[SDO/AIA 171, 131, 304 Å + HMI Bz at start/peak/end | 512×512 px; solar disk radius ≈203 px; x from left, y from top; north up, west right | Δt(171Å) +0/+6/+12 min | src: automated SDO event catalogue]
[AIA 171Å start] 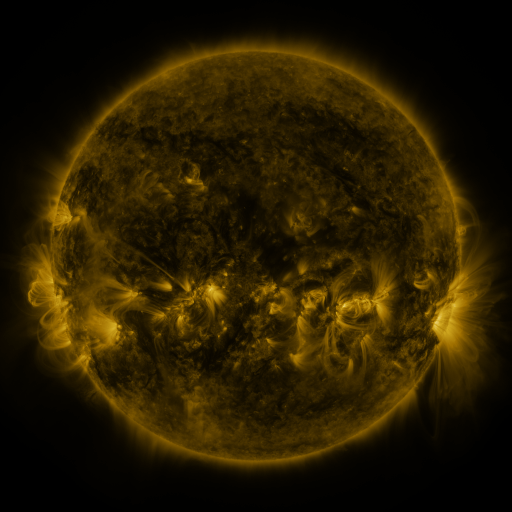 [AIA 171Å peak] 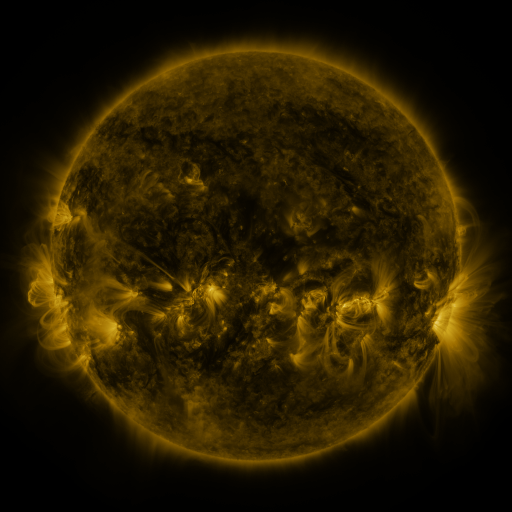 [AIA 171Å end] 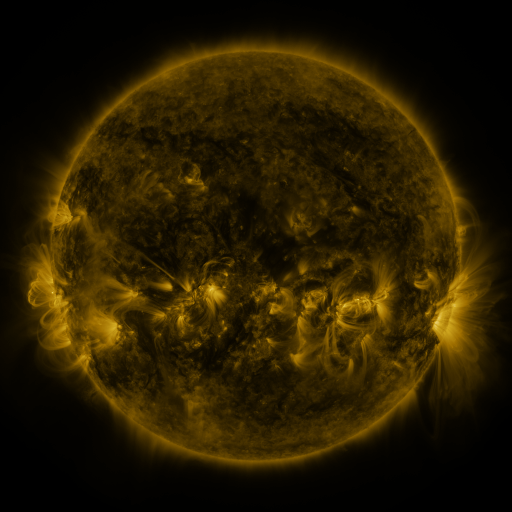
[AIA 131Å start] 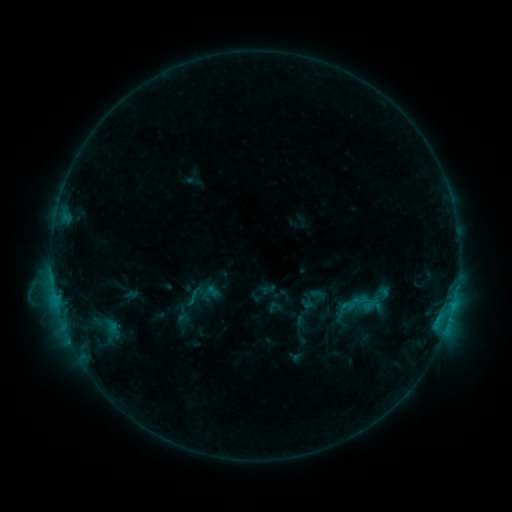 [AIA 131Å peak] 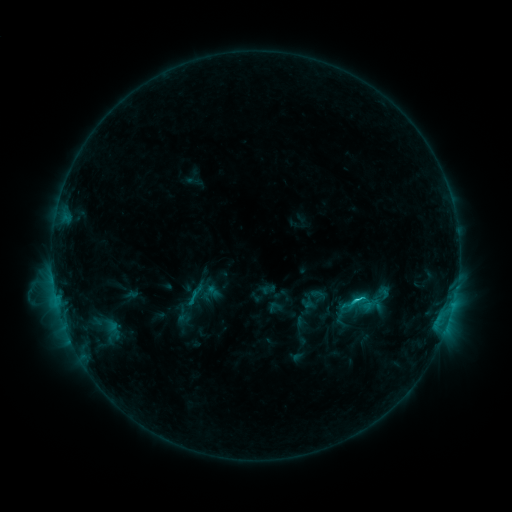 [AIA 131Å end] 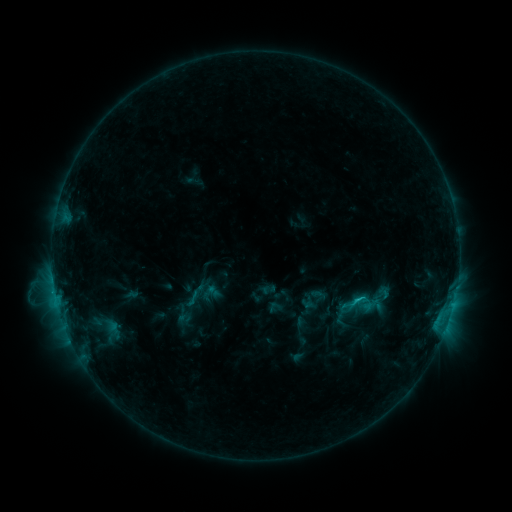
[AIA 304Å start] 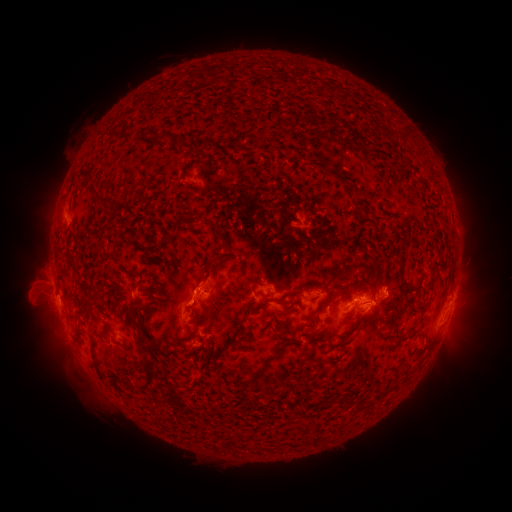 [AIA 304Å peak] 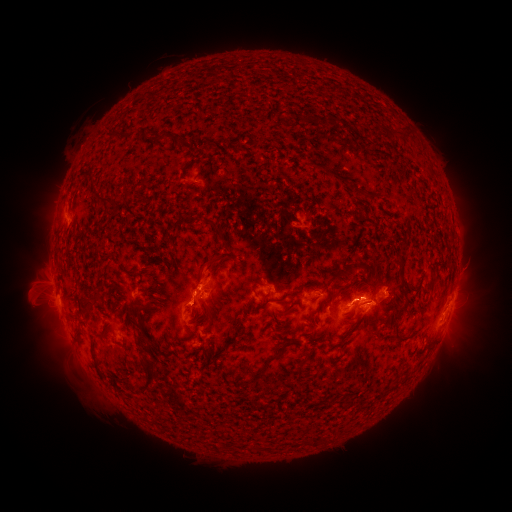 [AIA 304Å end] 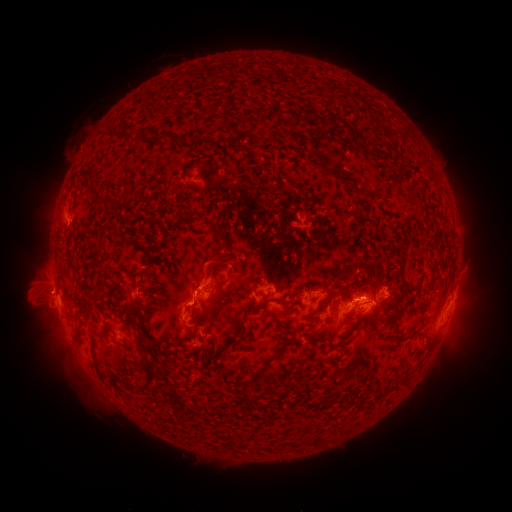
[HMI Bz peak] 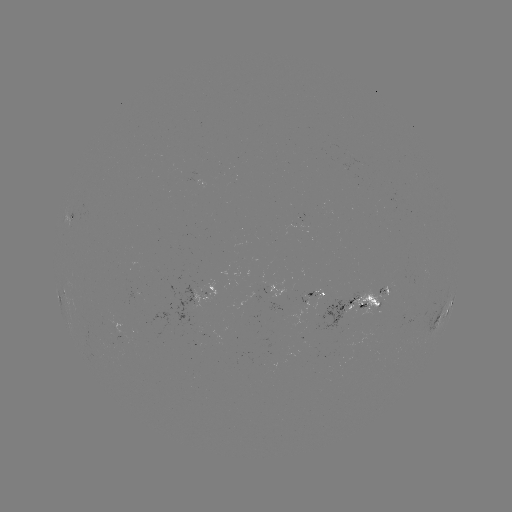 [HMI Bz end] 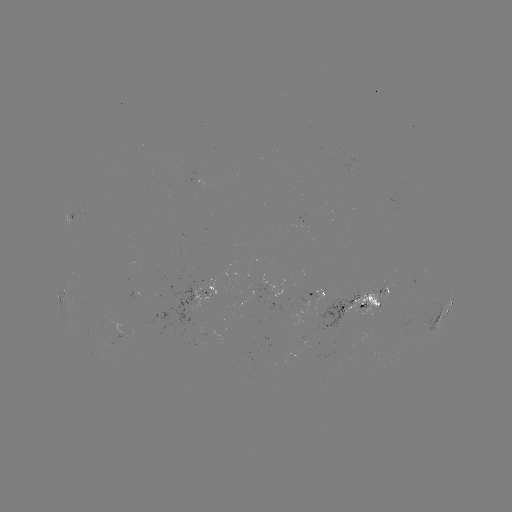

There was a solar flare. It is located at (354, 299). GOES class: C1.8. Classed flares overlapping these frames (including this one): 1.